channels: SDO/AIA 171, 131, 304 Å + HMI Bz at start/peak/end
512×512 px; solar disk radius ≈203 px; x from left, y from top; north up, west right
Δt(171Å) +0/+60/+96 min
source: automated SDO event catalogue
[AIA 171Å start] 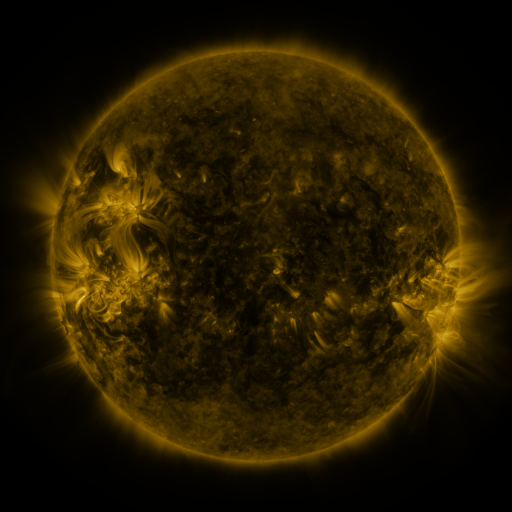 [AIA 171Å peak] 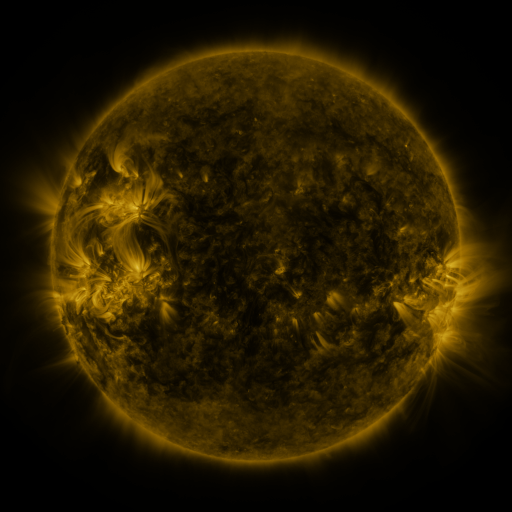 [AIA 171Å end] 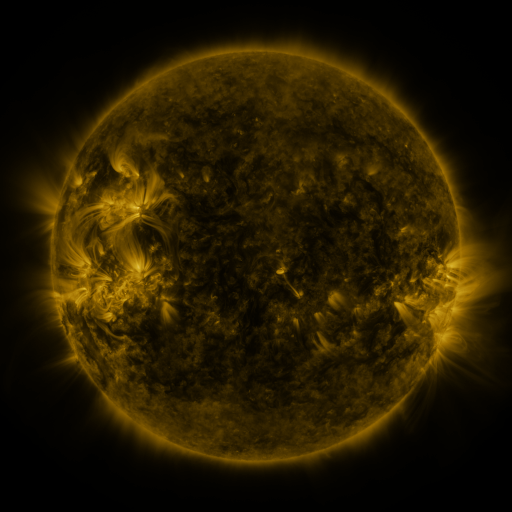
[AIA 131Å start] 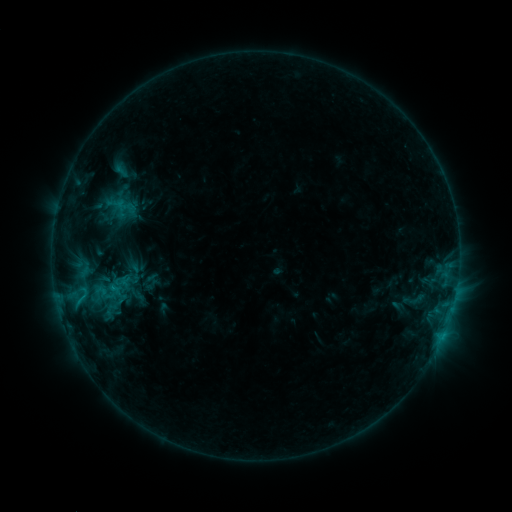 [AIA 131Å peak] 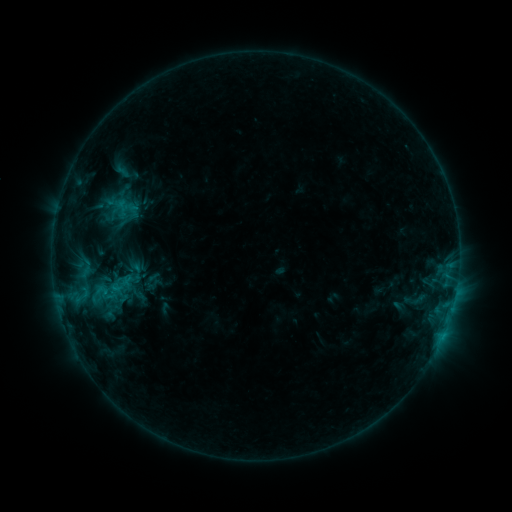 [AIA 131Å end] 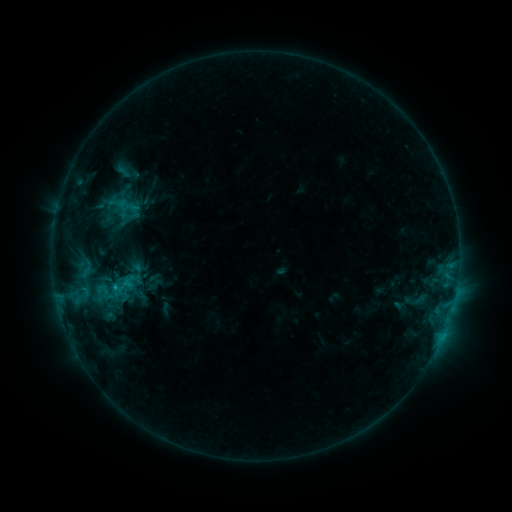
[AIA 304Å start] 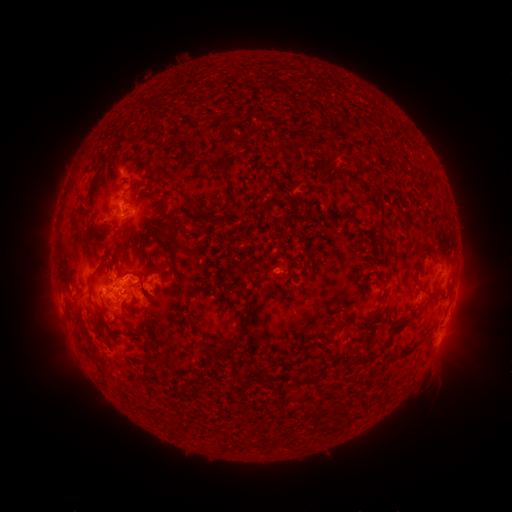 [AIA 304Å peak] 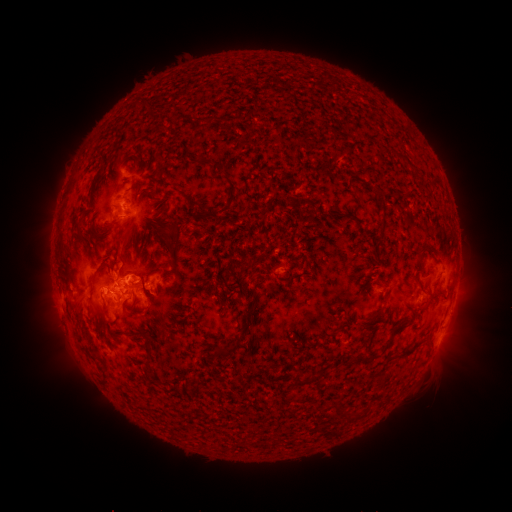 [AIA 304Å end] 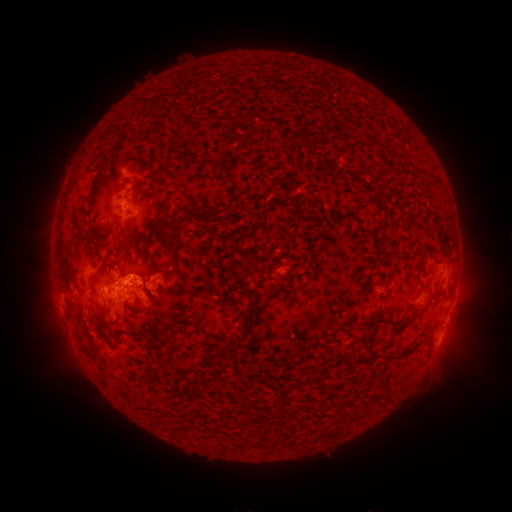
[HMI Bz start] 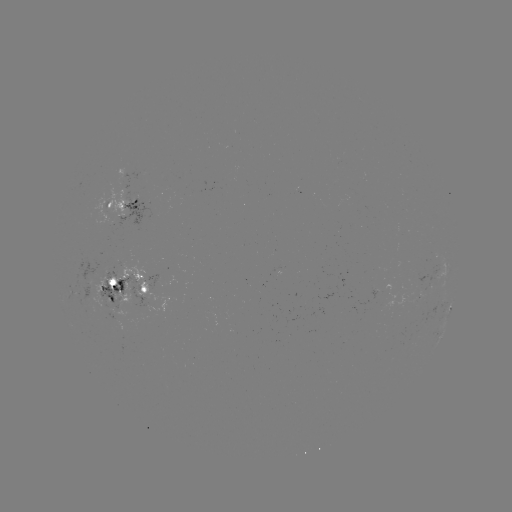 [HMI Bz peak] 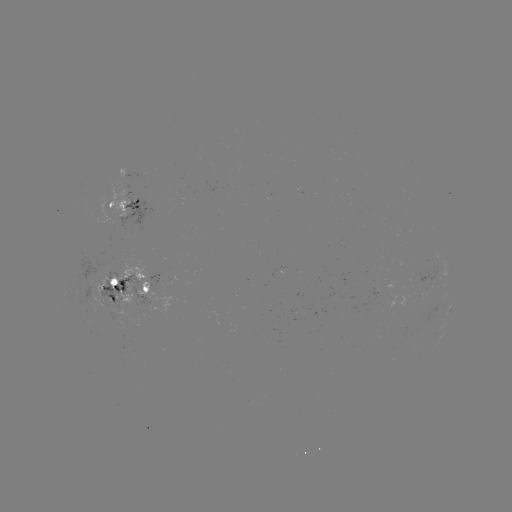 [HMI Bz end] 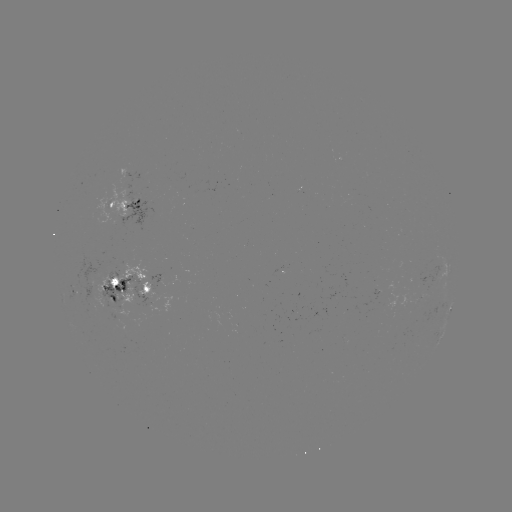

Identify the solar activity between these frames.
emerging-flux region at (91, 293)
